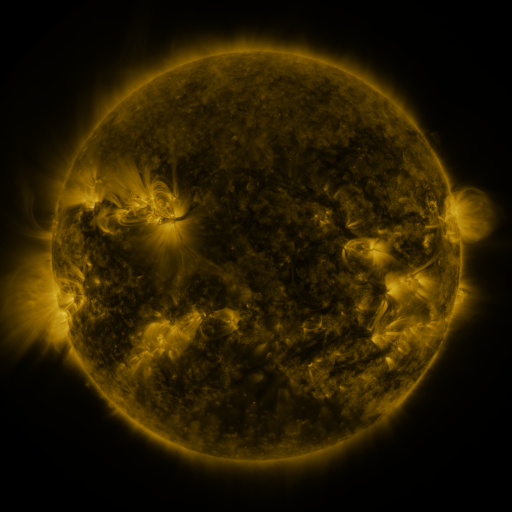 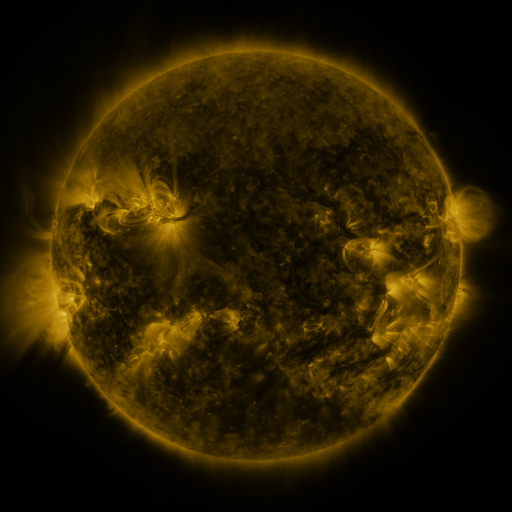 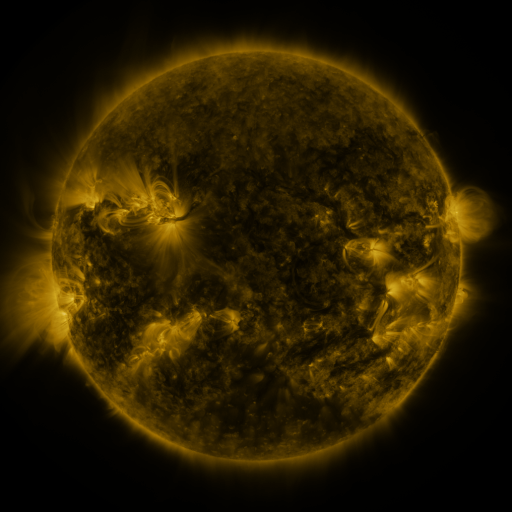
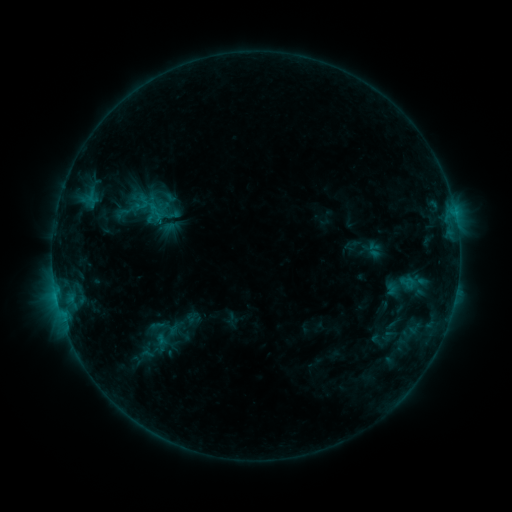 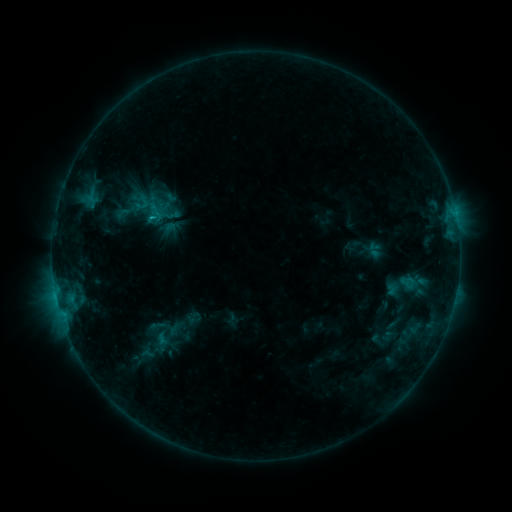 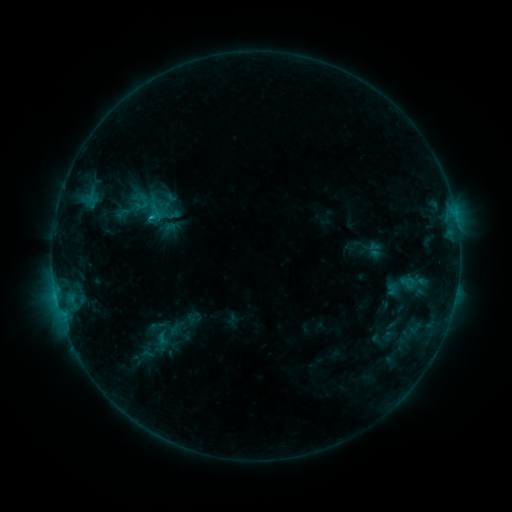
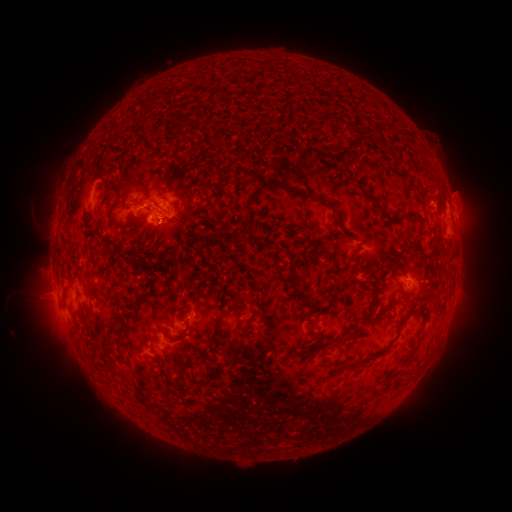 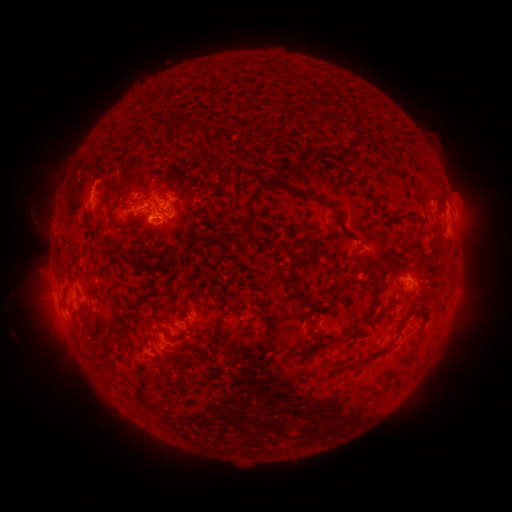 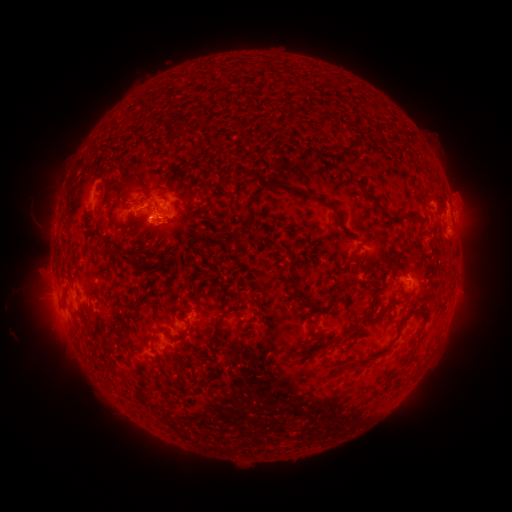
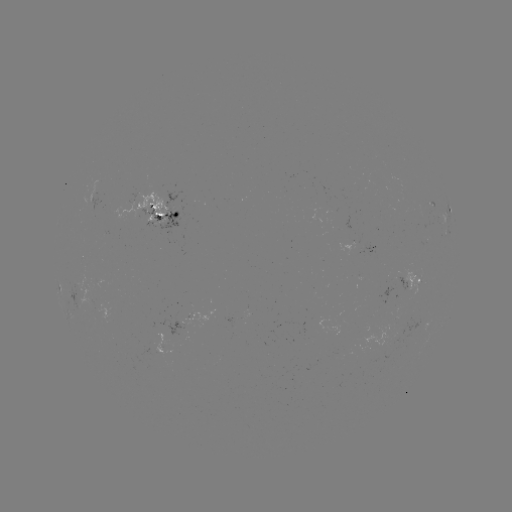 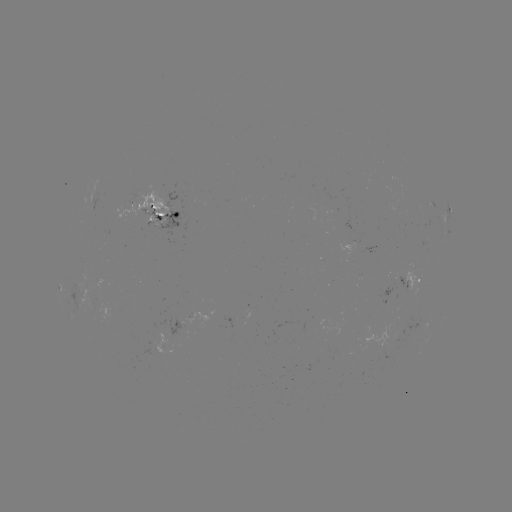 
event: flare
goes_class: C1.1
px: (153, 221)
